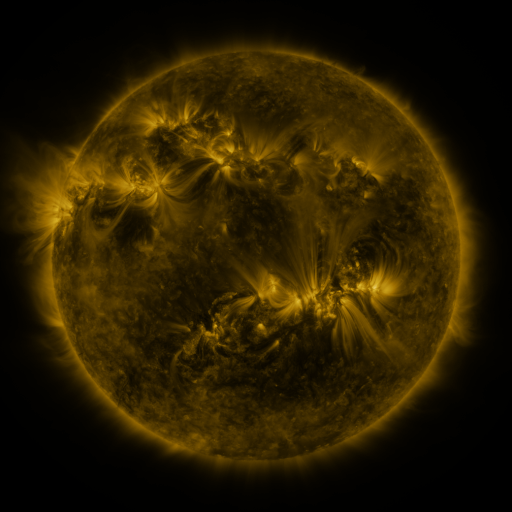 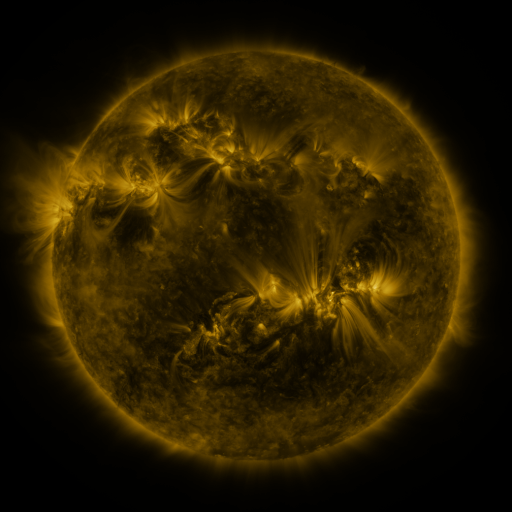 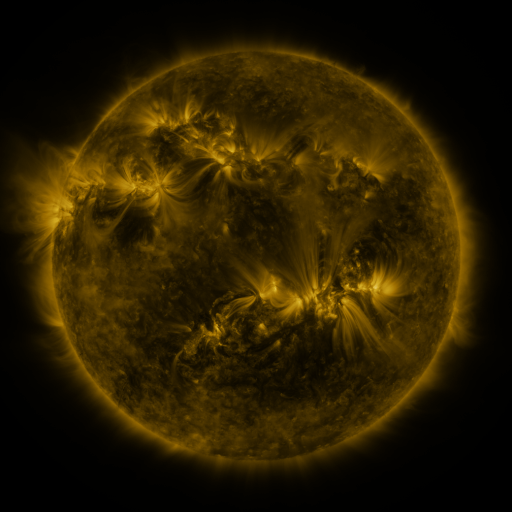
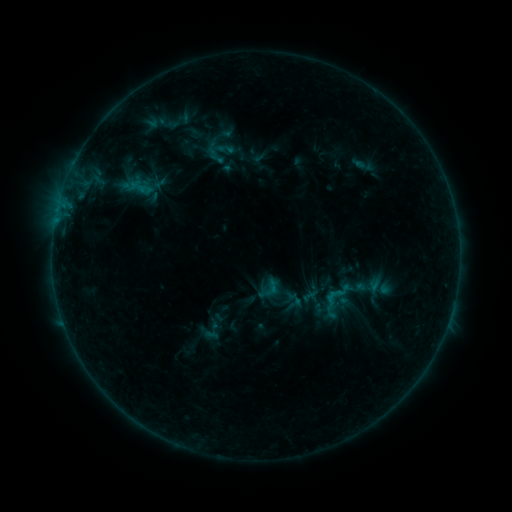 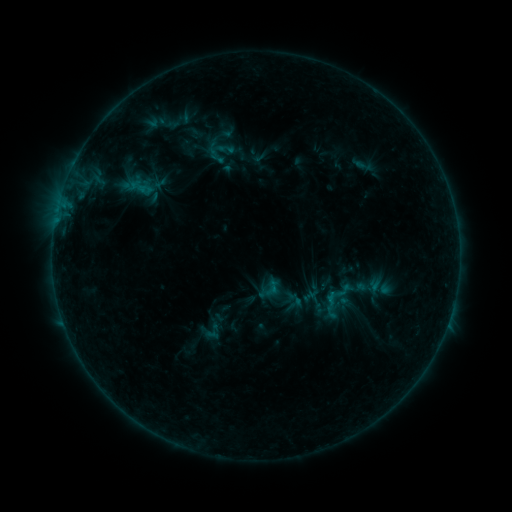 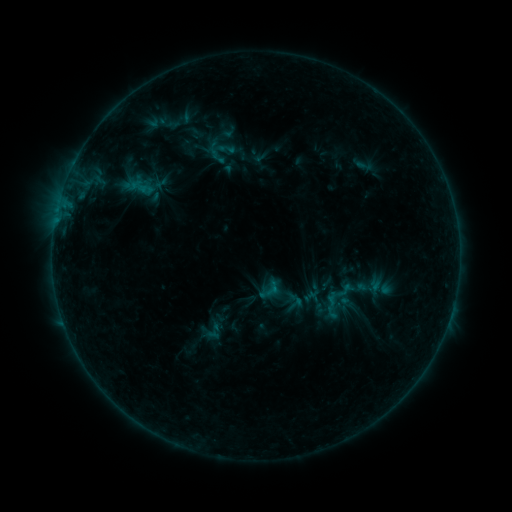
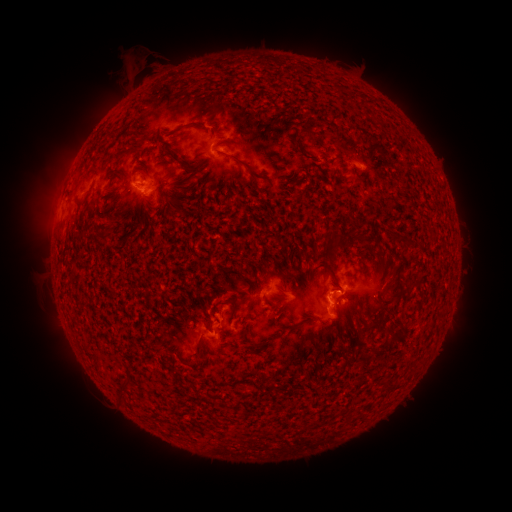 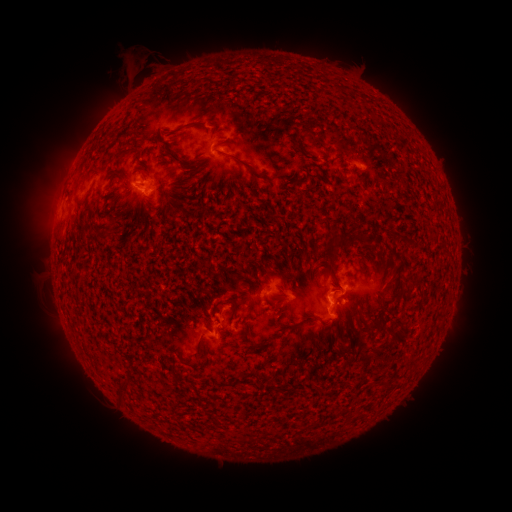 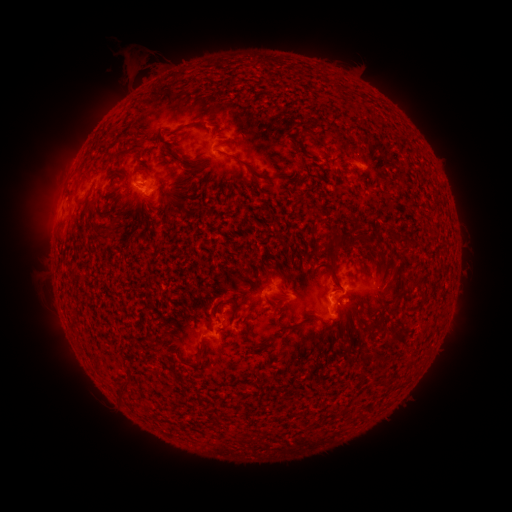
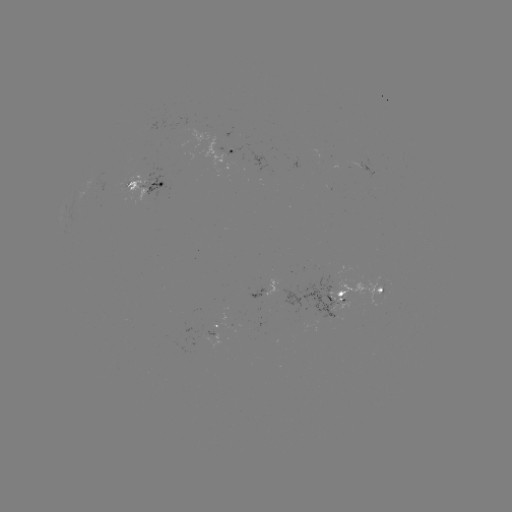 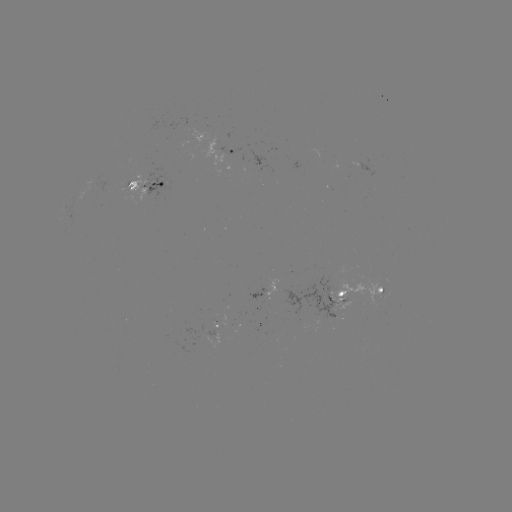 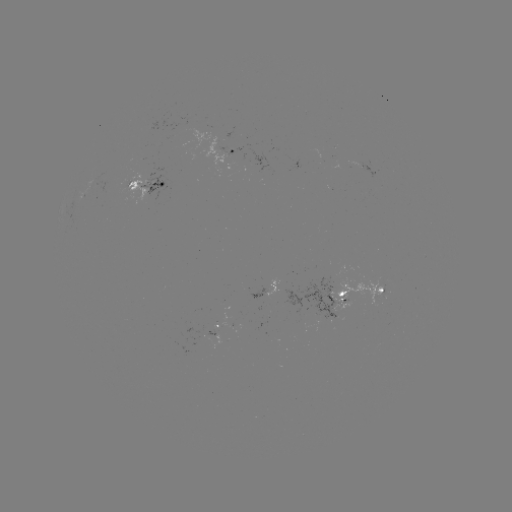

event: emerging-flux region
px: (363, 168)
